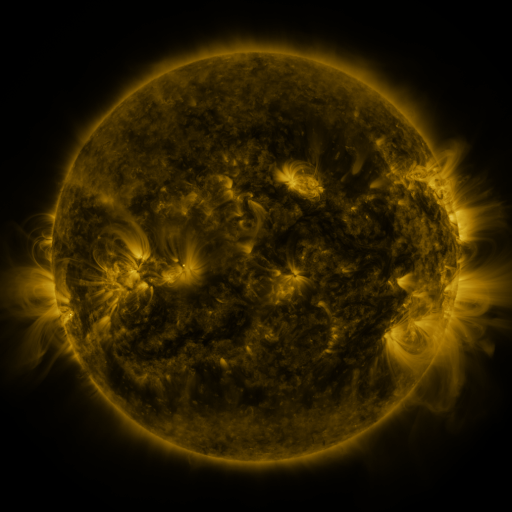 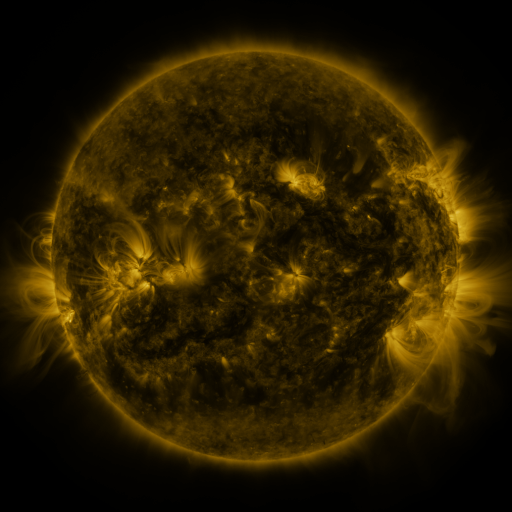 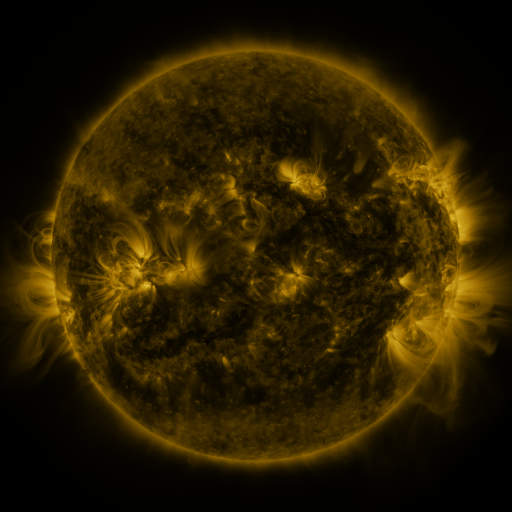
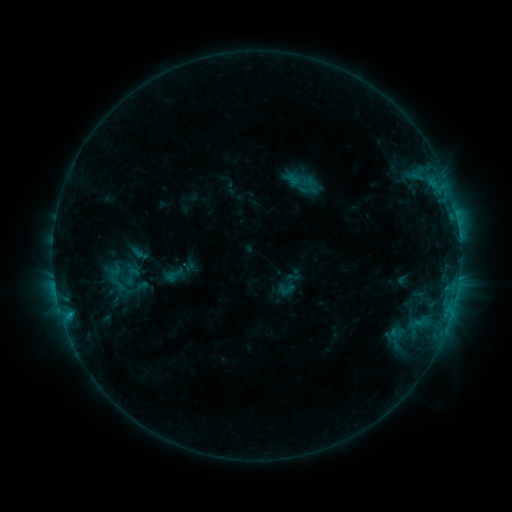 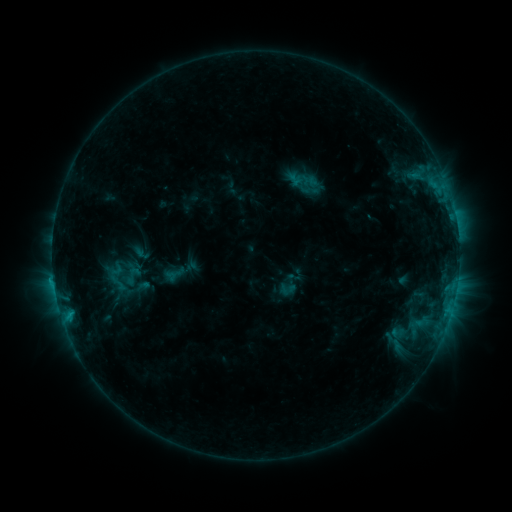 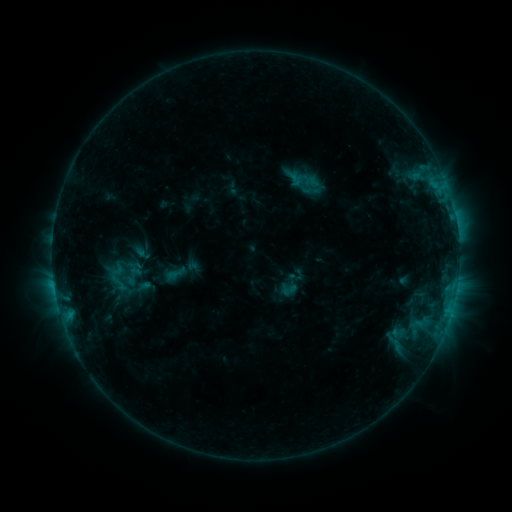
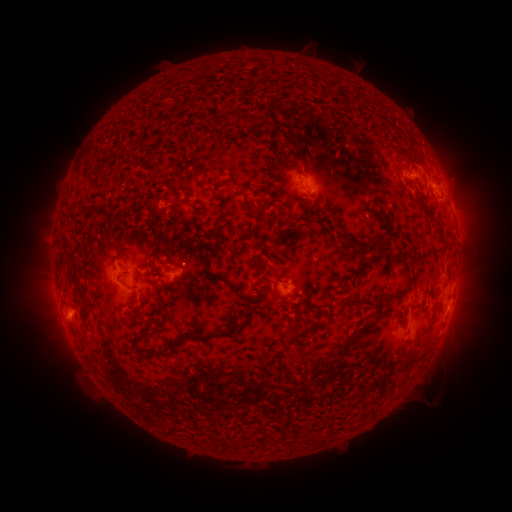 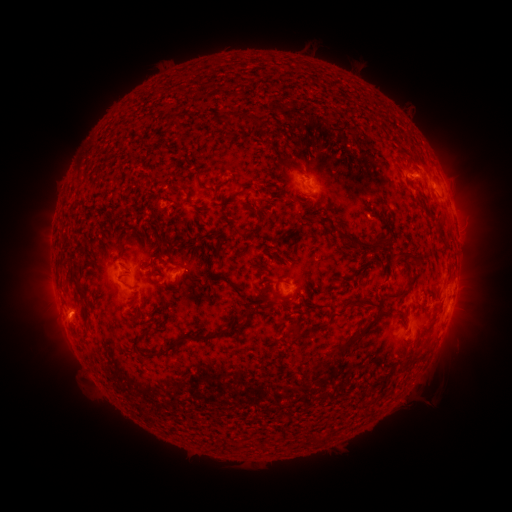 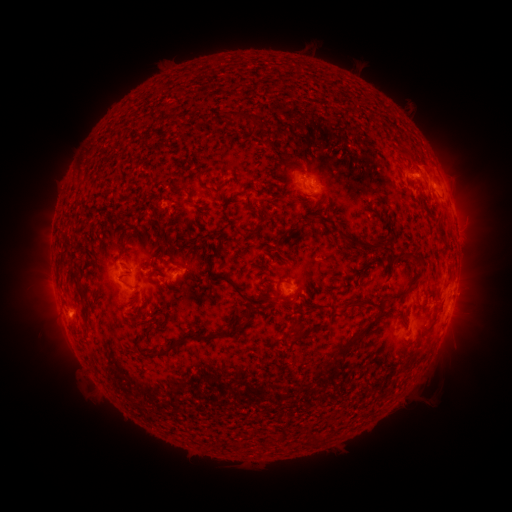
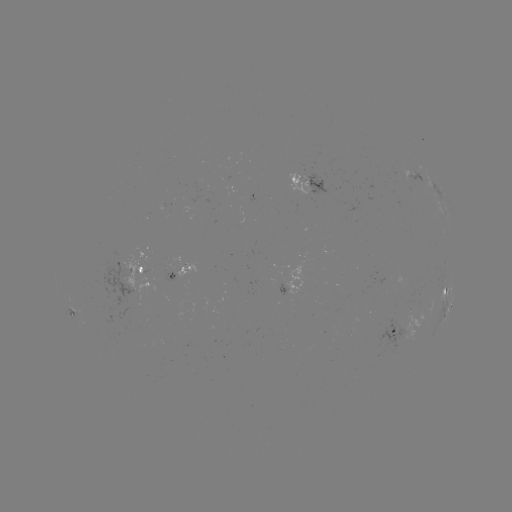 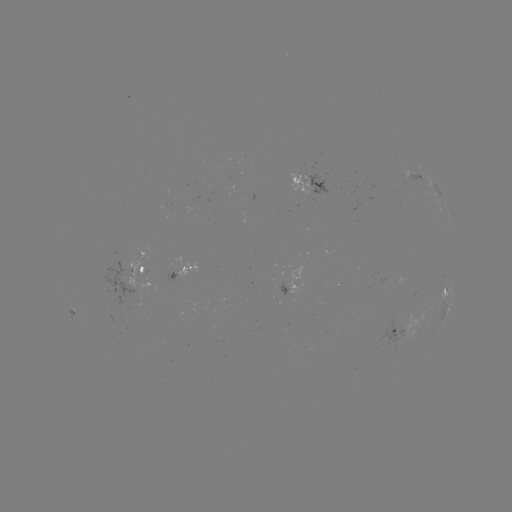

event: emerging-flux region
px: (203, 189)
